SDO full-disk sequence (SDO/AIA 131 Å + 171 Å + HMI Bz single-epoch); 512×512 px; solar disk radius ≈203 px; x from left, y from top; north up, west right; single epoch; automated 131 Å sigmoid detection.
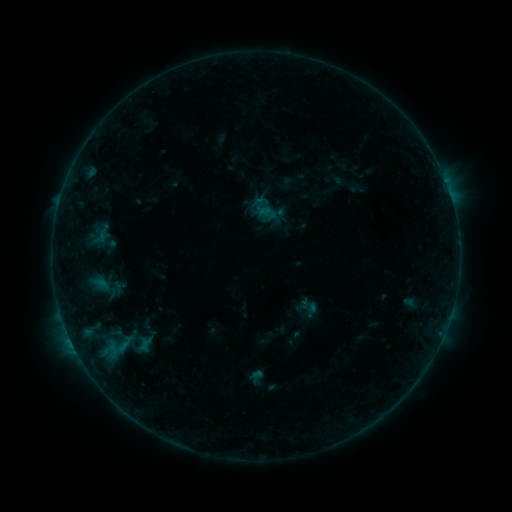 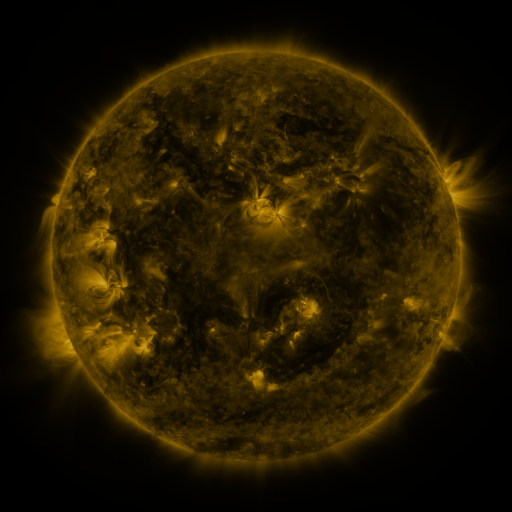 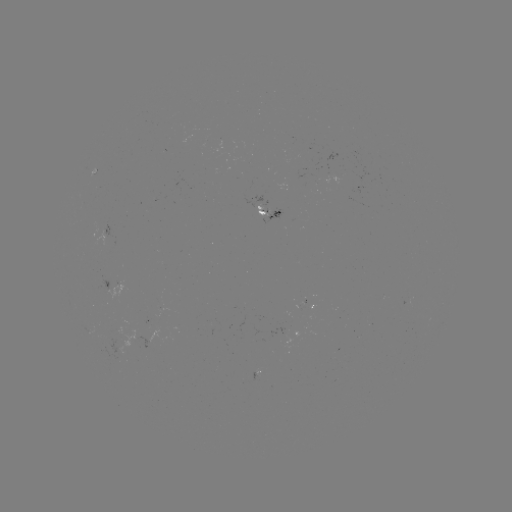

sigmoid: [117, 330, 161, 356]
